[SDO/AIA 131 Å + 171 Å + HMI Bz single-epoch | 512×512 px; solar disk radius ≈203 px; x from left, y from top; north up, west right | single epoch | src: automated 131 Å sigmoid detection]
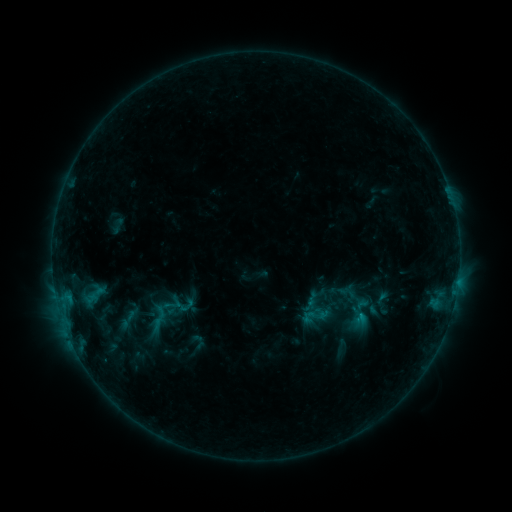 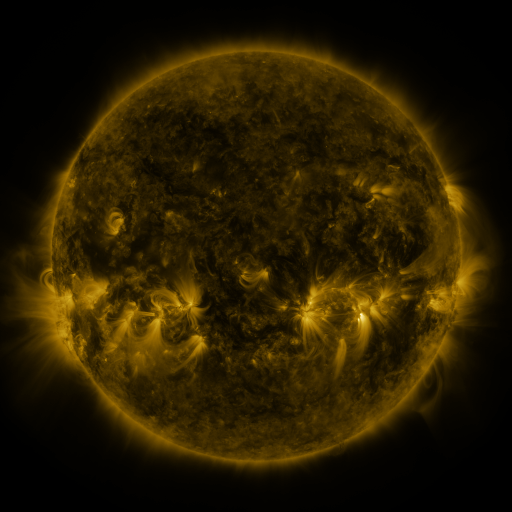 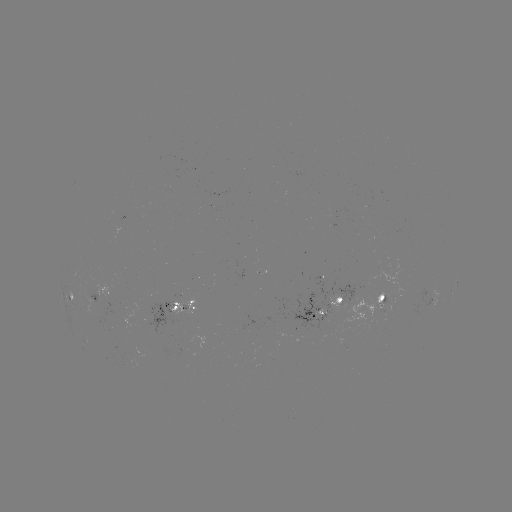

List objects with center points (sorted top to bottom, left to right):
sigmoid: (315, 316)
sigmoid: (340, 319)
